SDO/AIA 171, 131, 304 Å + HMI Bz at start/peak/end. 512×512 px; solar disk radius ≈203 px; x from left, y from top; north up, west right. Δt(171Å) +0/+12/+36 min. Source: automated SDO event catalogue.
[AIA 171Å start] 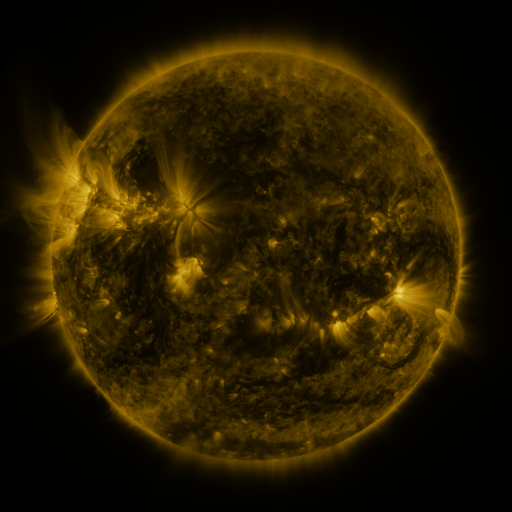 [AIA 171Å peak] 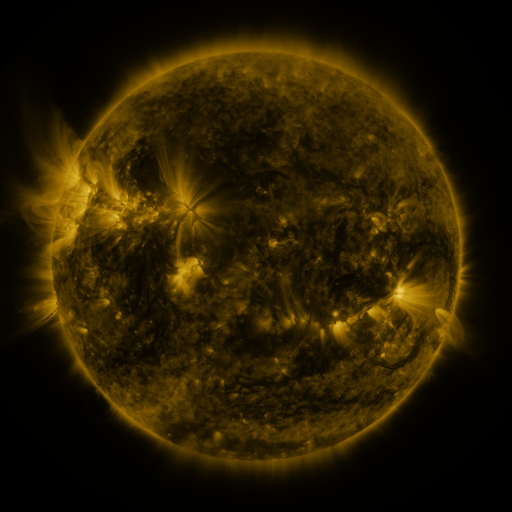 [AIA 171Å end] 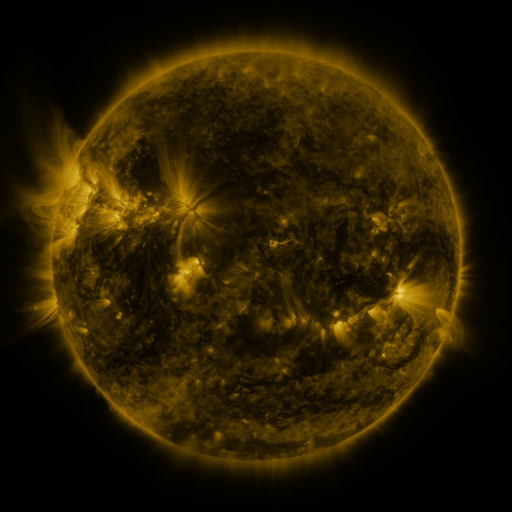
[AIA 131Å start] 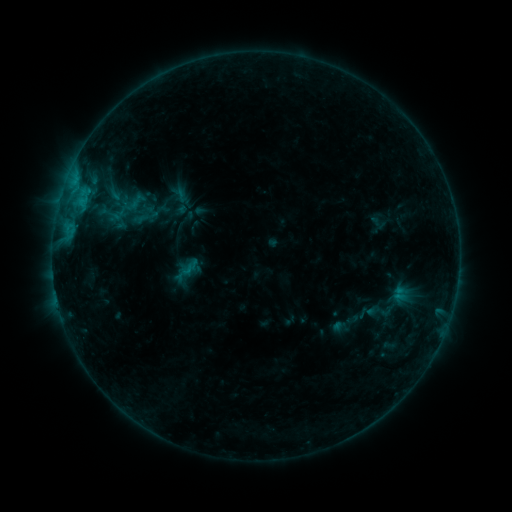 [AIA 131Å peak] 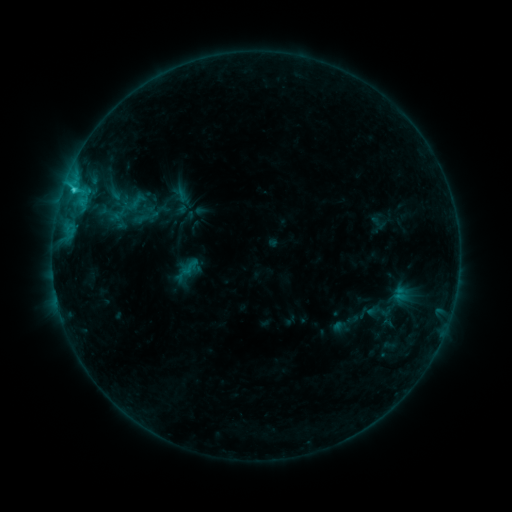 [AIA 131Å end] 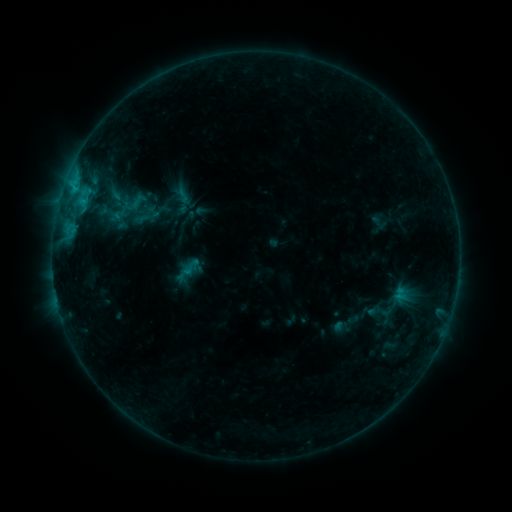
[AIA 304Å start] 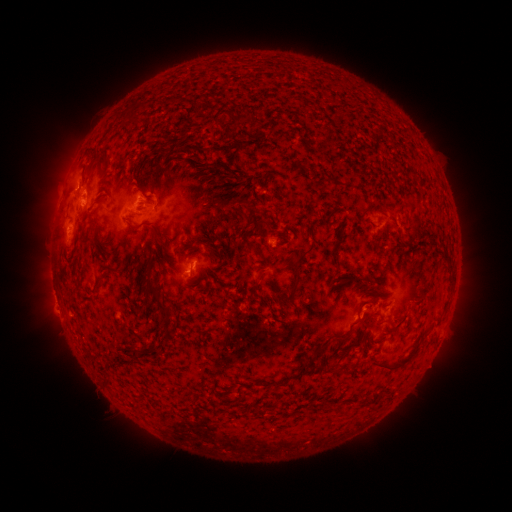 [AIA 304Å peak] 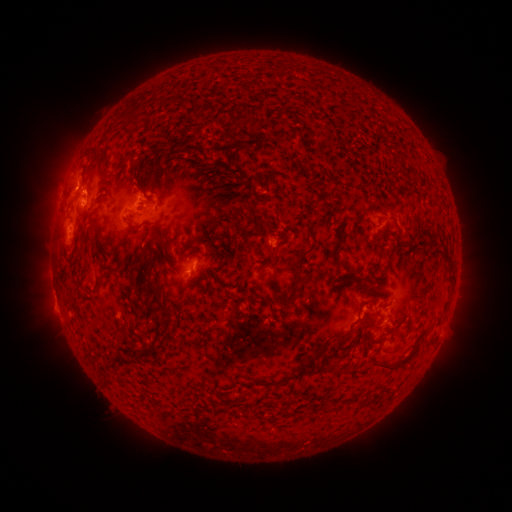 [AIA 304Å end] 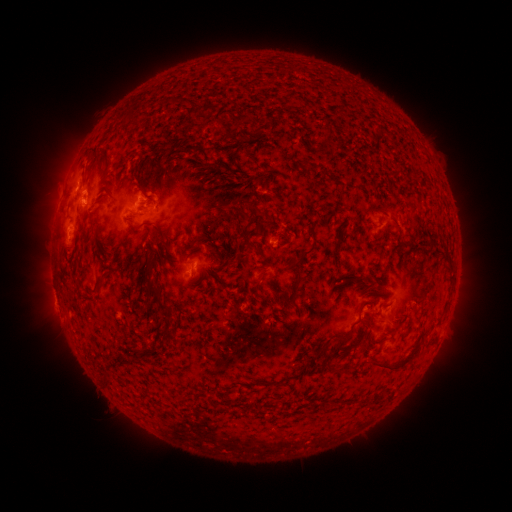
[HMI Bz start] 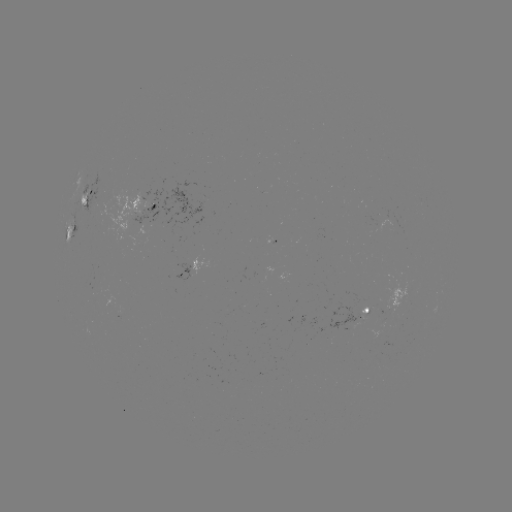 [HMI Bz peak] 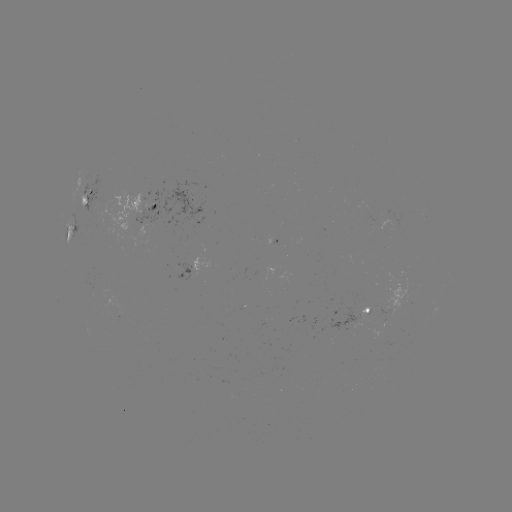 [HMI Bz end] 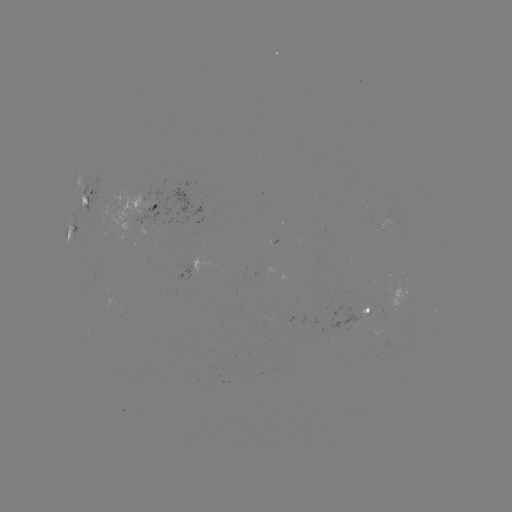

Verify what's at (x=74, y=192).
C1.3 flare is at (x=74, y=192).